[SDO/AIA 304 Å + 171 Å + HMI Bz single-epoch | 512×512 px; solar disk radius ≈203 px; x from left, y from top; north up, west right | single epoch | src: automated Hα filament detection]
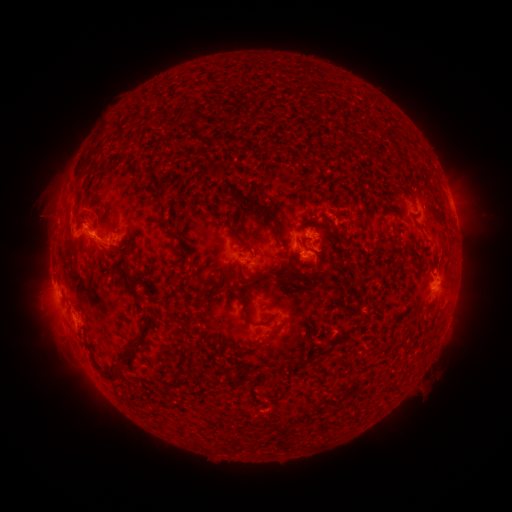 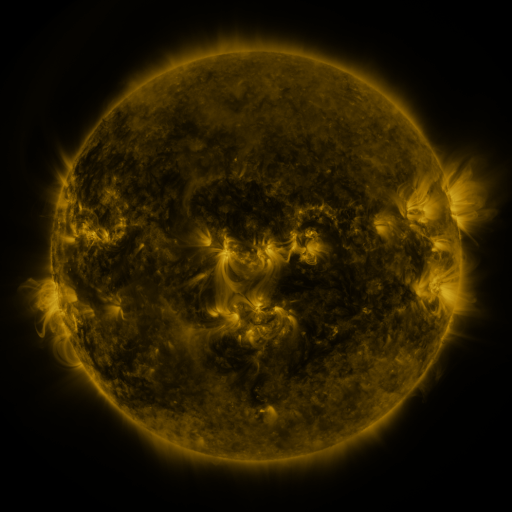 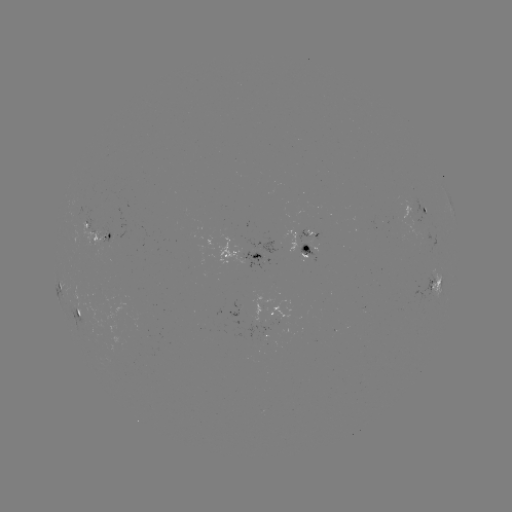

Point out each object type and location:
filament: (114, 127, 124, 139)
filament: (151, 141, 160, 157)
filament: (73, 160, 86, 186)
filament: (145, 172, 166, 214)
filament: (425, 181, 436, 193)
filament: (227, 188, 278, 239)
filament: (73, 192, 79, 209)
filament: (204, 202, 223, 219)
filament: (162, 222, 183, 239)
filament: (330, 223, 352, 252)
filament: (114, 244, 133, 259)
filament: (183, 248, 193, 259)
filament: (121, 265, 131, 279)
filament: (238, 265, 302, 326)
filament: (305, 267, 331, 284)
filament: (213, 285, 223, 298)
filament: (145, 293, 154, 305)
filament: (120, 316, 158, 367)
filament: (204, 319, 213, 327)
filament: (269, 321, 284, 335)
filament: (92, 360, 122, 385)
